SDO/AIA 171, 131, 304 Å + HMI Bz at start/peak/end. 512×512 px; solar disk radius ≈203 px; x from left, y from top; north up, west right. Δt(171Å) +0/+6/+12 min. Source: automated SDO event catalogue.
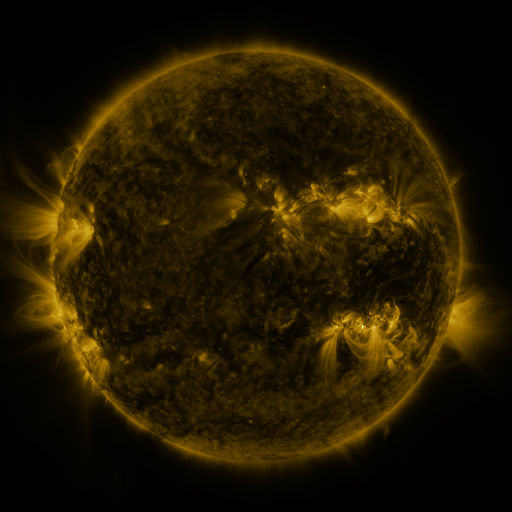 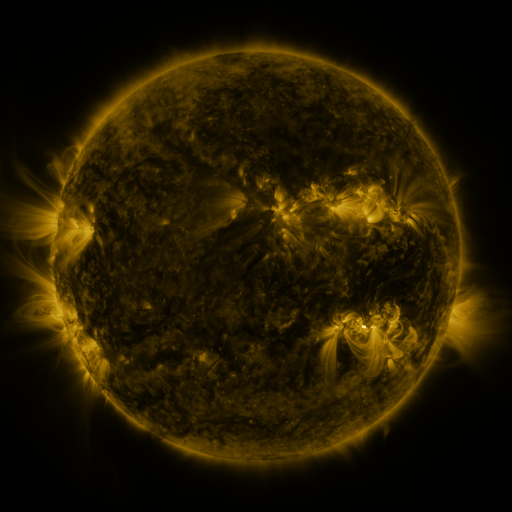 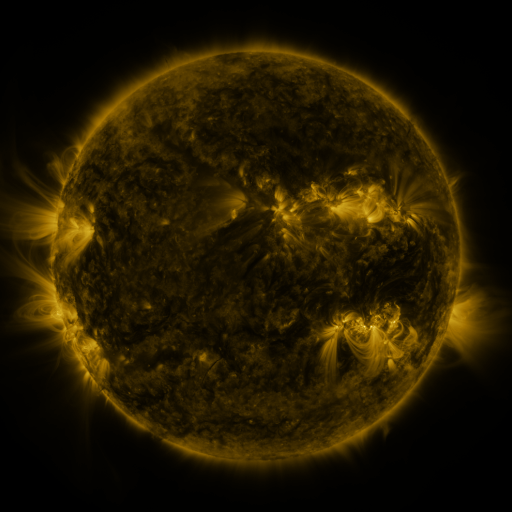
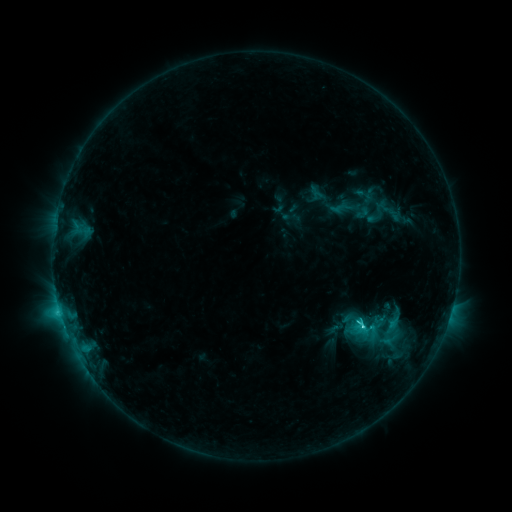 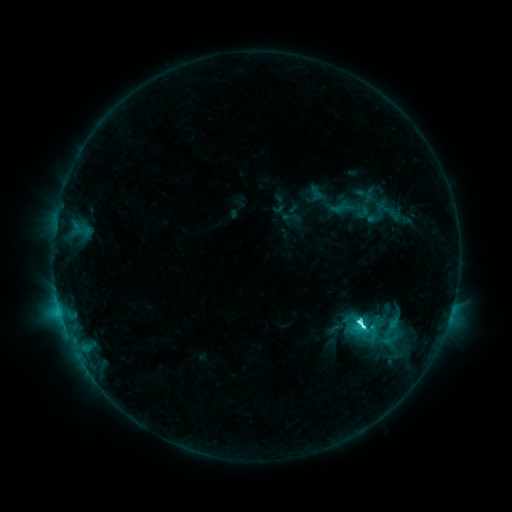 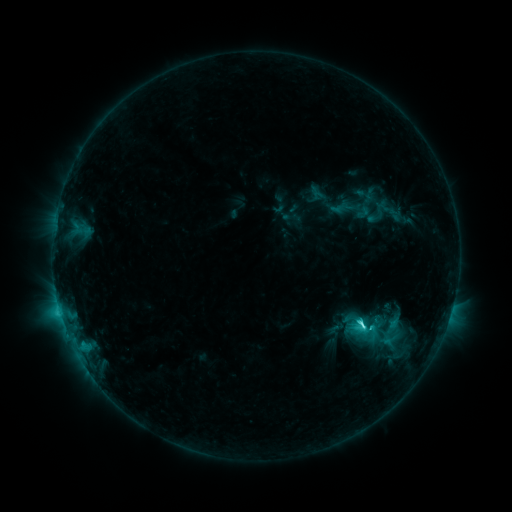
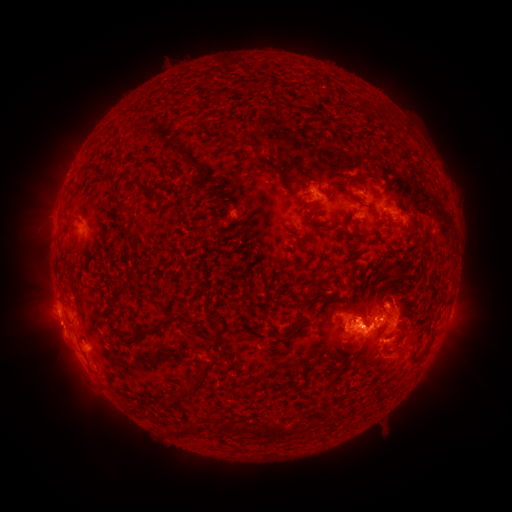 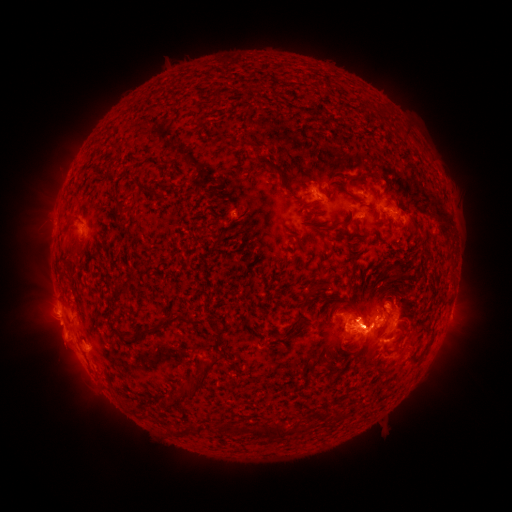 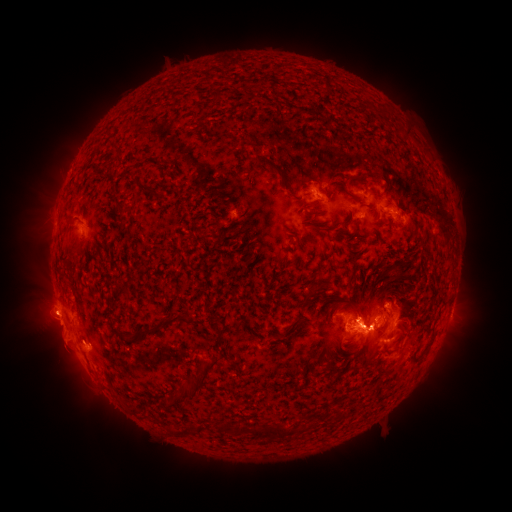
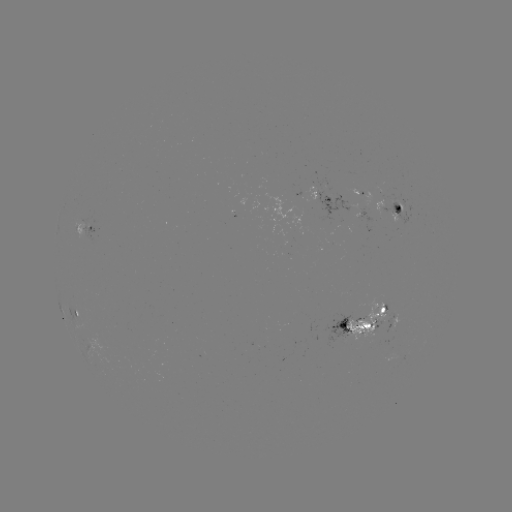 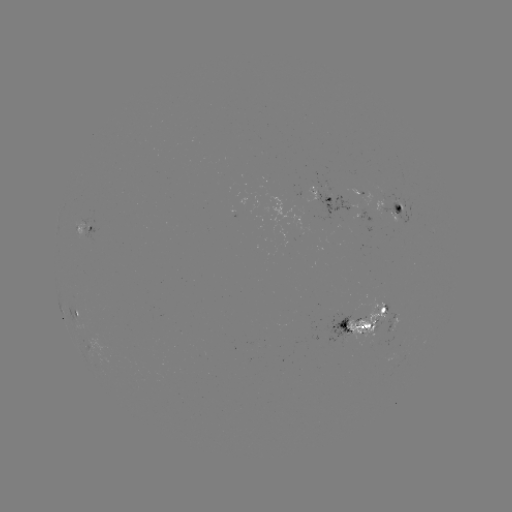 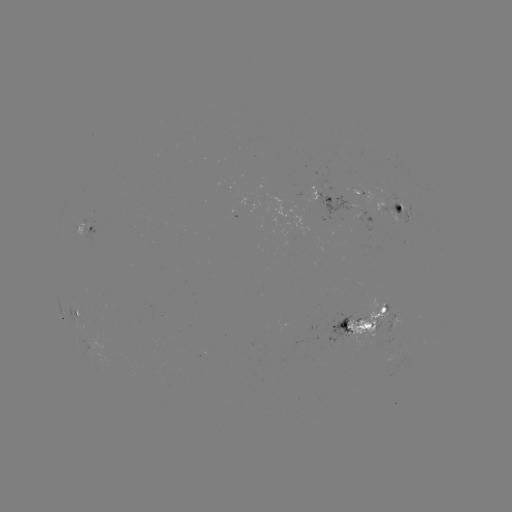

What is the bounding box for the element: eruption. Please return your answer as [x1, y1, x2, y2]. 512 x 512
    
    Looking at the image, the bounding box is [17, 278, 109, 405].